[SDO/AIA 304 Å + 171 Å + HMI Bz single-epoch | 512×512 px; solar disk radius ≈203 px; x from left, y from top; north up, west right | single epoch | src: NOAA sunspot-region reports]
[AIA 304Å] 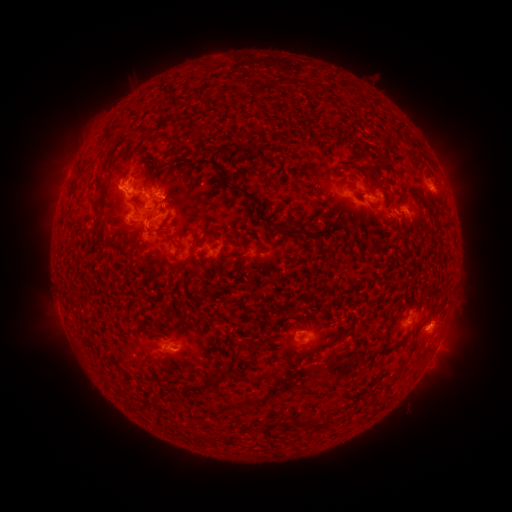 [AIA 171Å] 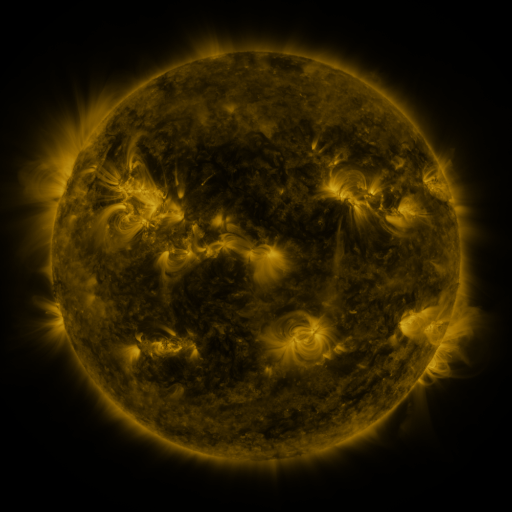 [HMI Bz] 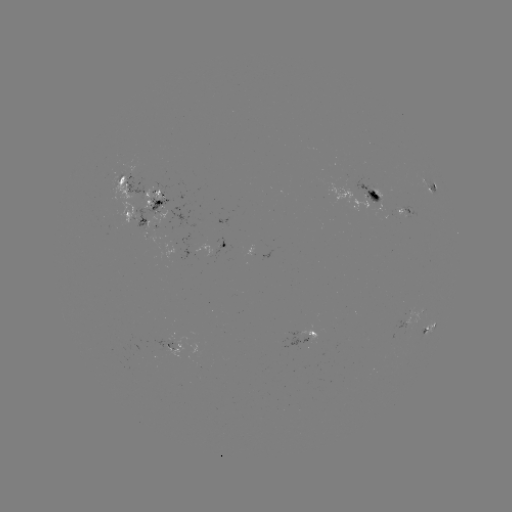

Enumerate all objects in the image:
spotted active region: (139, 181)
spotted active region: (432, 188)
spotted active region: (375, 198)
spotted active region: (161, 200)
spotted active region: (407, 212)
spotted active region: (135, 219)
spotted active region: (228, 245)
spotted active region: (418, 315)
spotted active region: (430, 329)
spotted active region: (303, 338)
spotted active region: (434, 353)
